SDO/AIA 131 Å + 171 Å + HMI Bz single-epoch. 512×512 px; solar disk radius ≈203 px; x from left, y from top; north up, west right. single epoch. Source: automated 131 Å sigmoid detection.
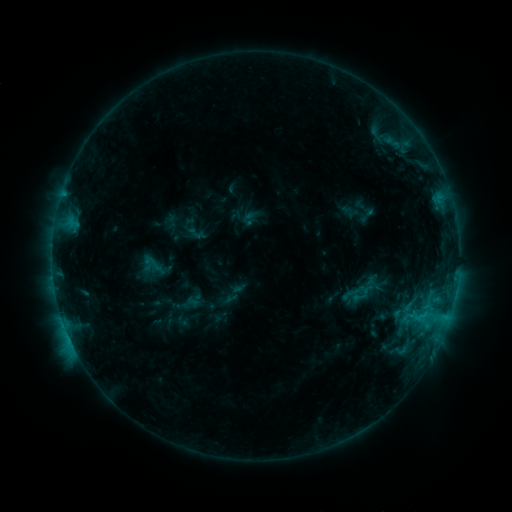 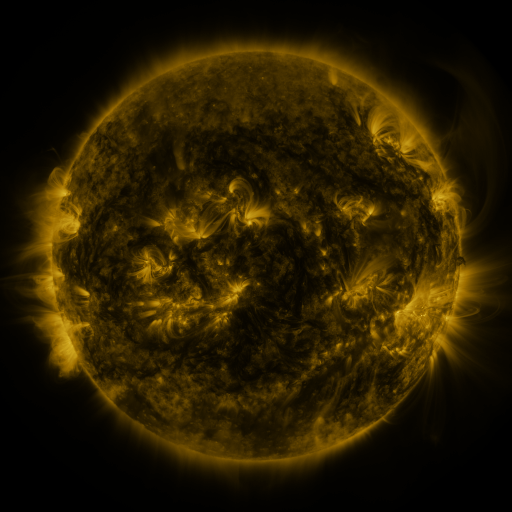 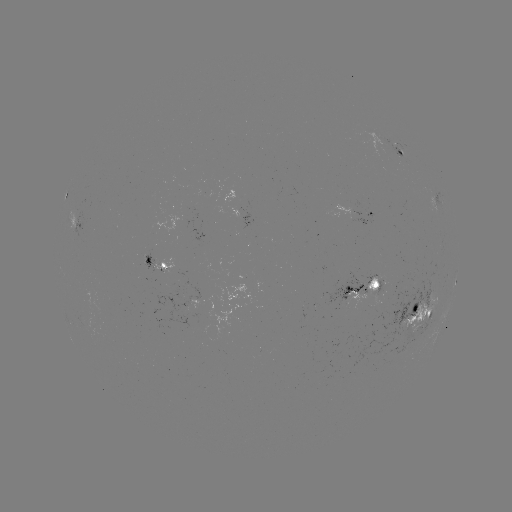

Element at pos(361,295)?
sigmoid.